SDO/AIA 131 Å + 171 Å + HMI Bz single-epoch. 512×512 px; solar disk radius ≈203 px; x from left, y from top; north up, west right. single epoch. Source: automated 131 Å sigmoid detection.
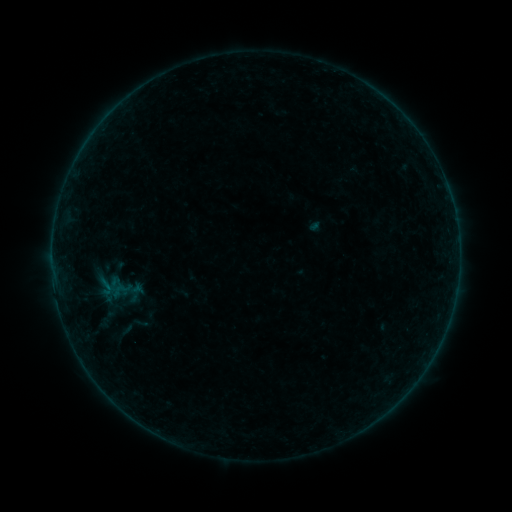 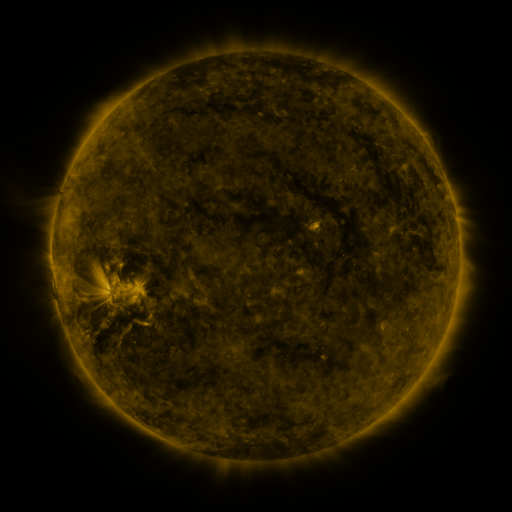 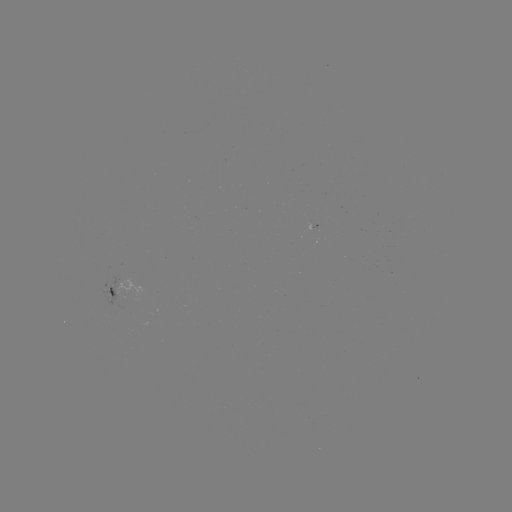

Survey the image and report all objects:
sigmoid: [95, 276, 117, 297]
sigmoid: [108, 320, 140, 344]
